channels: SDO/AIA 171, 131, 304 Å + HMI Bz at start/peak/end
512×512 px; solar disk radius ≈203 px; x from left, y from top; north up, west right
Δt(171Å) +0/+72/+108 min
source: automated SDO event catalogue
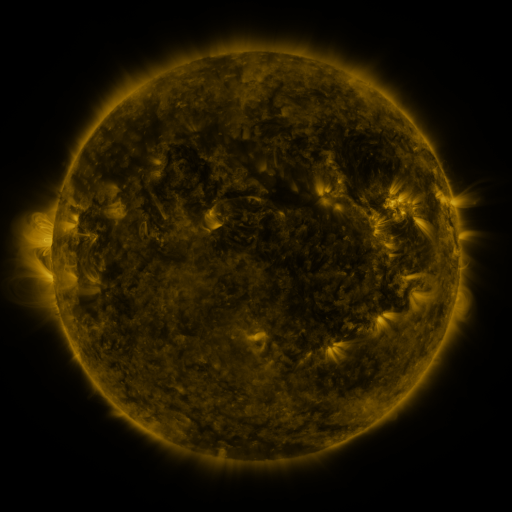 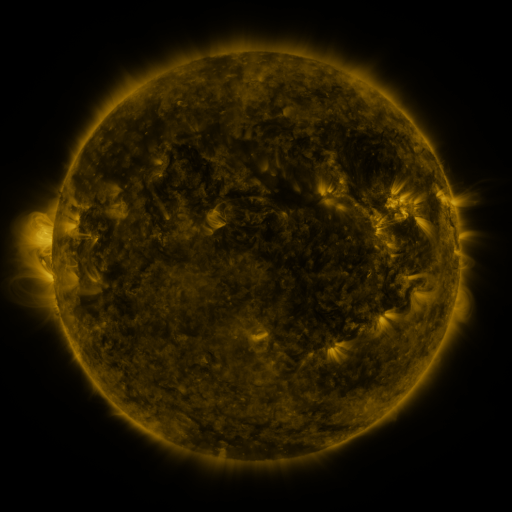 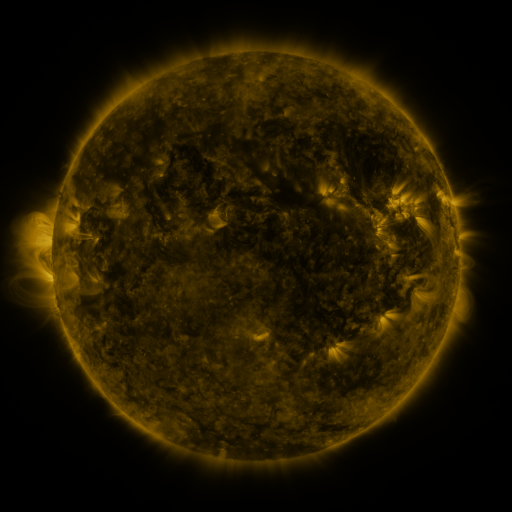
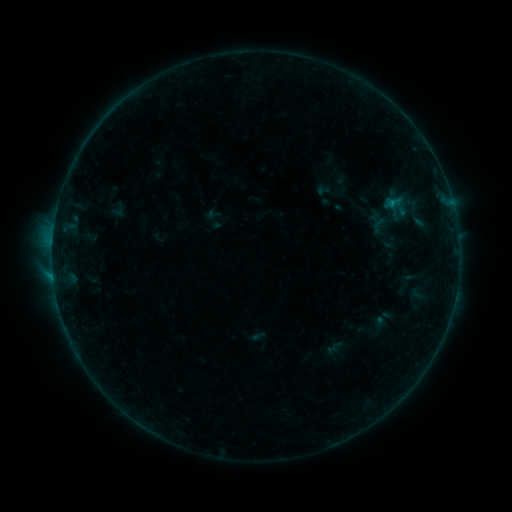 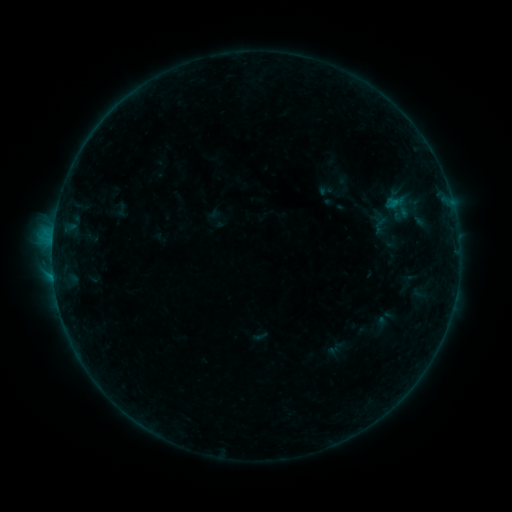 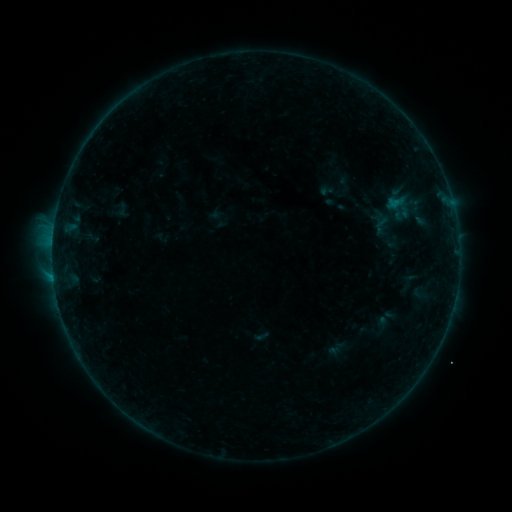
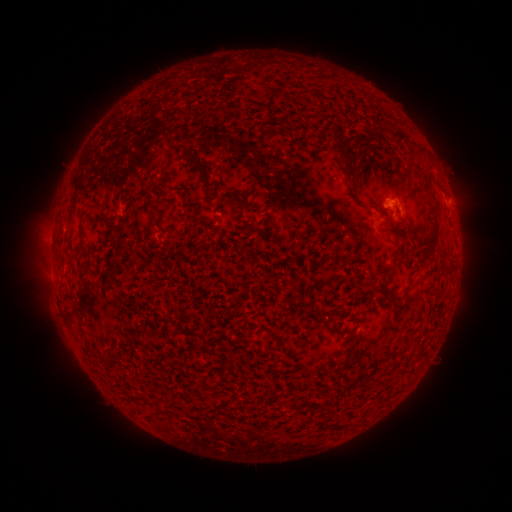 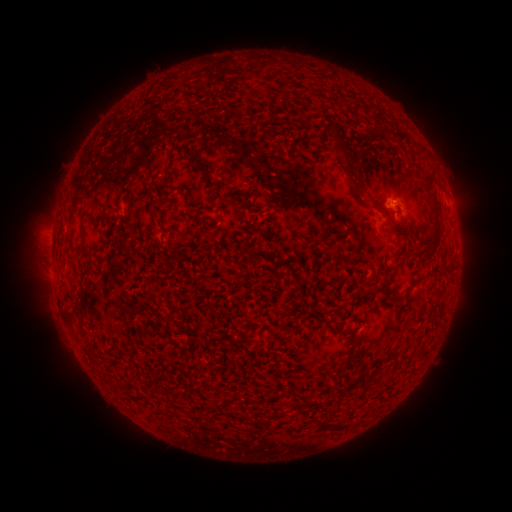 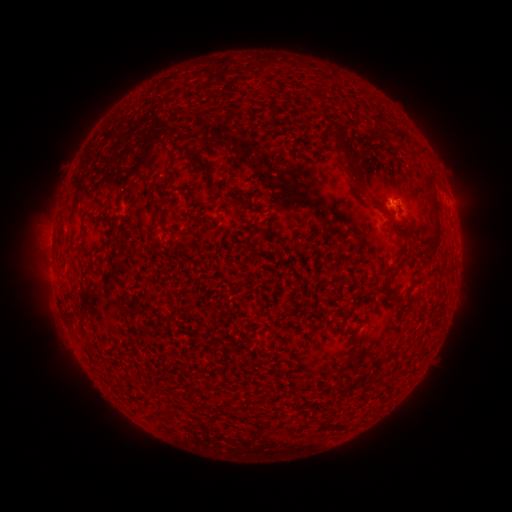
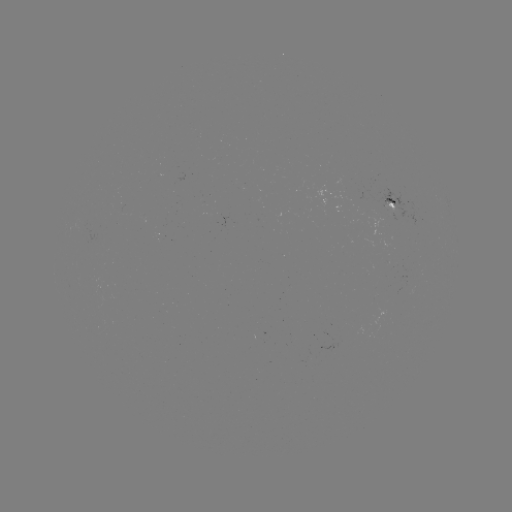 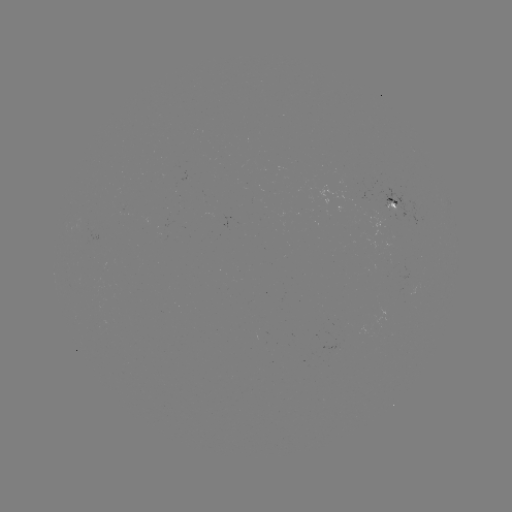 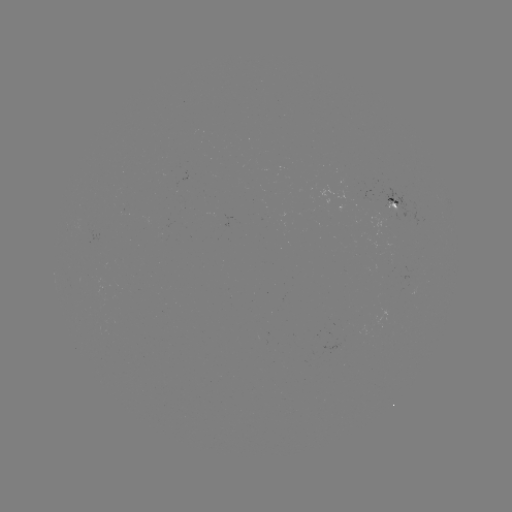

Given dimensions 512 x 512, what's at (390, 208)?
emerging-flux region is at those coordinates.